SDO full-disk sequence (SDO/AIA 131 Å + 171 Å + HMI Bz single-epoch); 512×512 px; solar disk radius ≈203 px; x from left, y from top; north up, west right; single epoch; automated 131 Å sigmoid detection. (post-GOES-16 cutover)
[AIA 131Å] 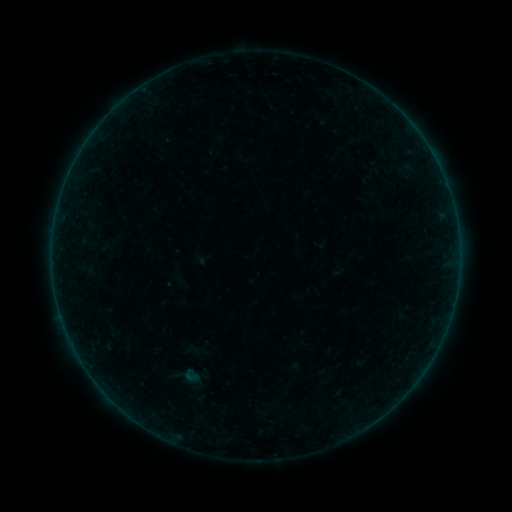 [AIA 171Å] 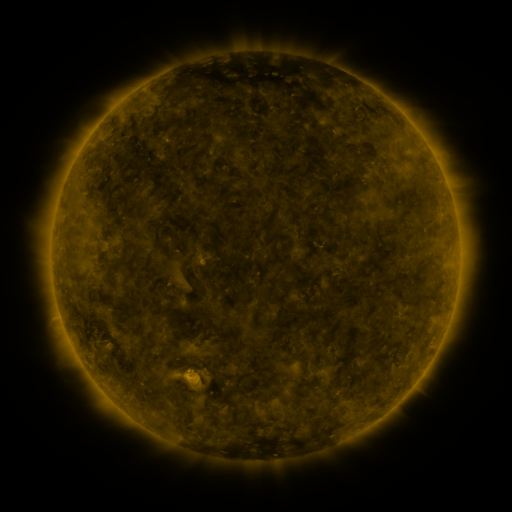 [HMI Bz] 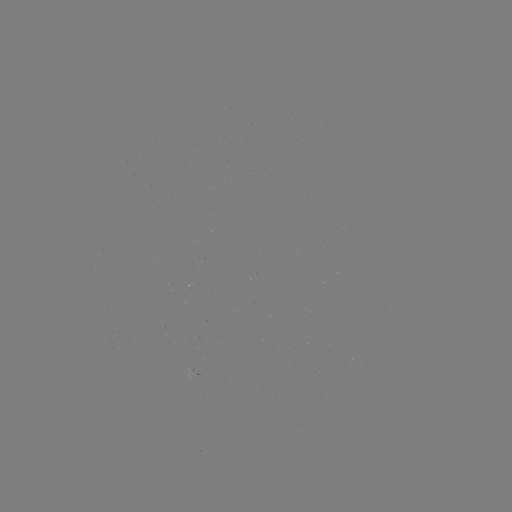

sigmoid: <bbox>178, 366, 204, 385</bbox>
